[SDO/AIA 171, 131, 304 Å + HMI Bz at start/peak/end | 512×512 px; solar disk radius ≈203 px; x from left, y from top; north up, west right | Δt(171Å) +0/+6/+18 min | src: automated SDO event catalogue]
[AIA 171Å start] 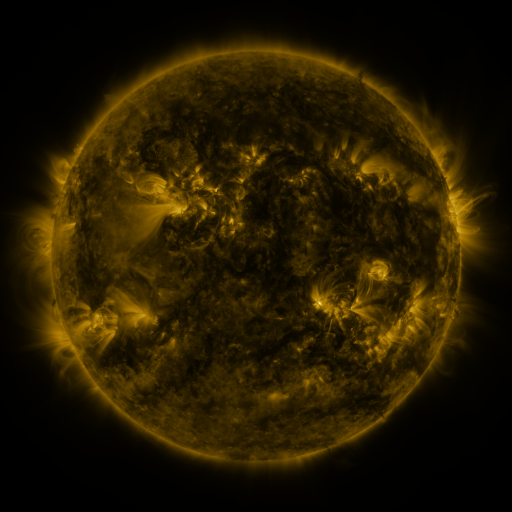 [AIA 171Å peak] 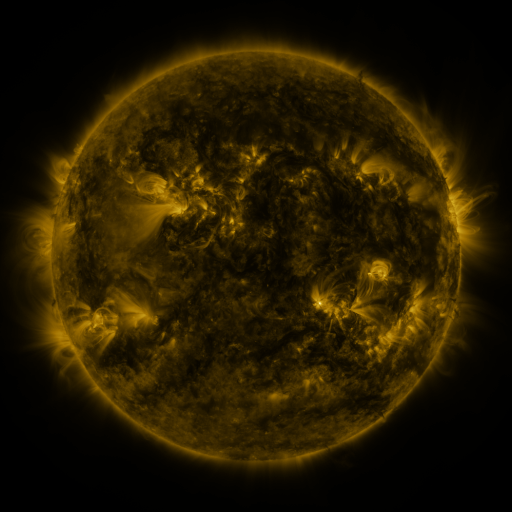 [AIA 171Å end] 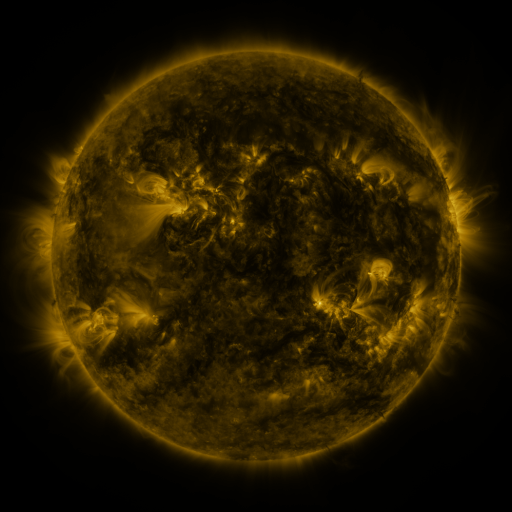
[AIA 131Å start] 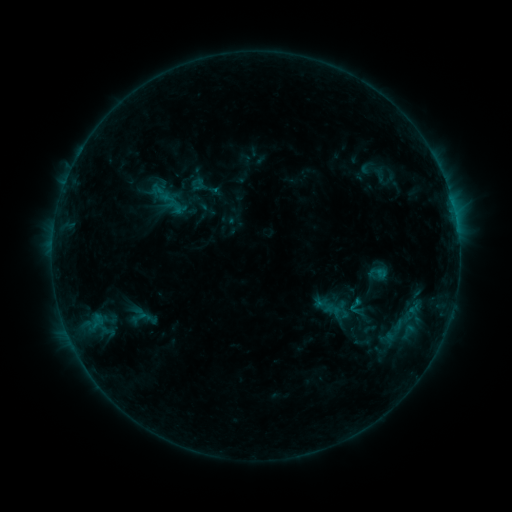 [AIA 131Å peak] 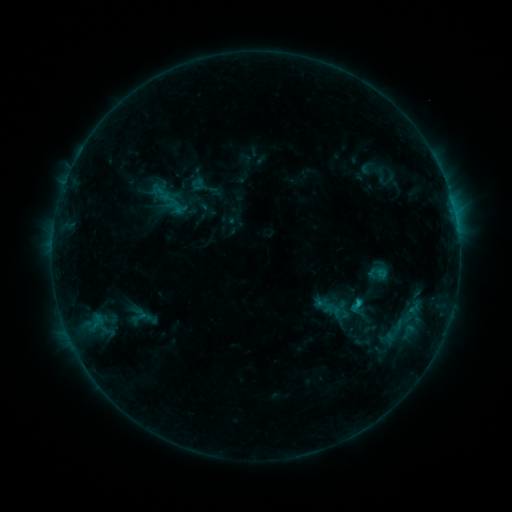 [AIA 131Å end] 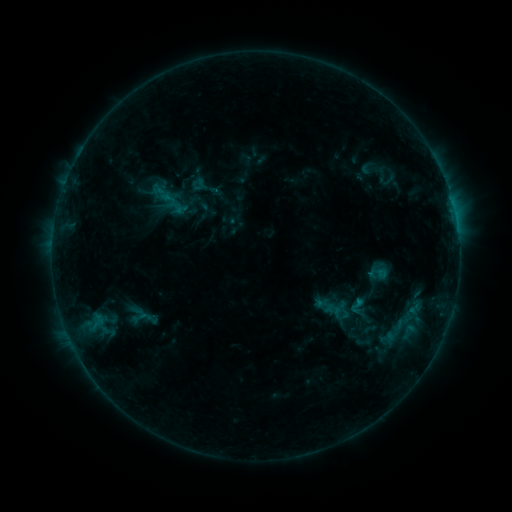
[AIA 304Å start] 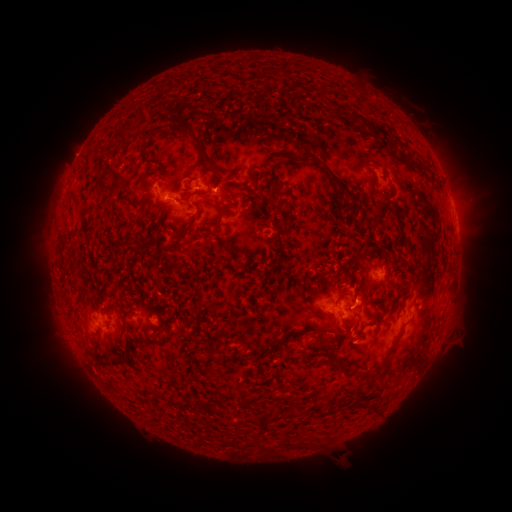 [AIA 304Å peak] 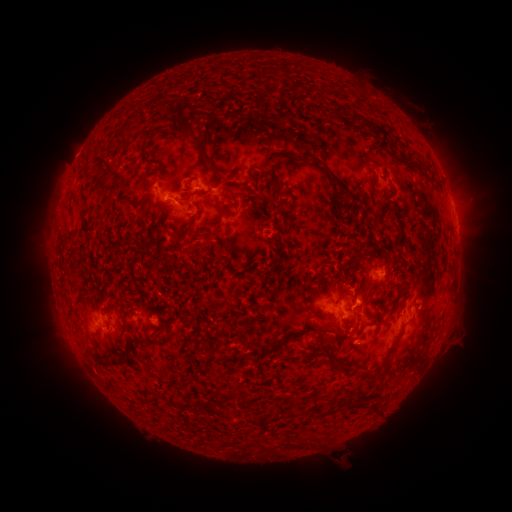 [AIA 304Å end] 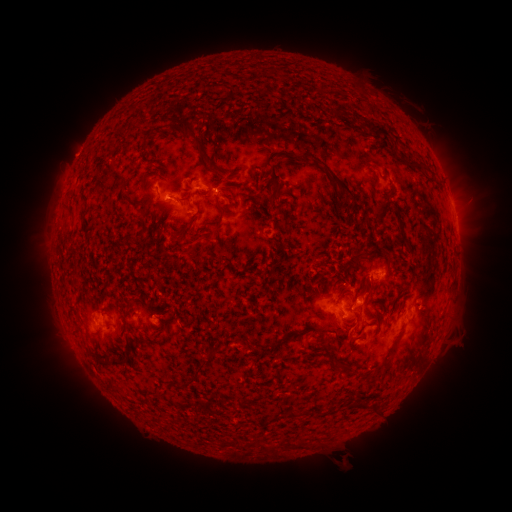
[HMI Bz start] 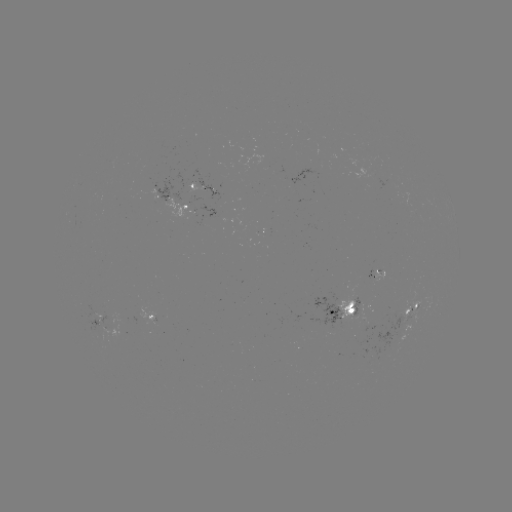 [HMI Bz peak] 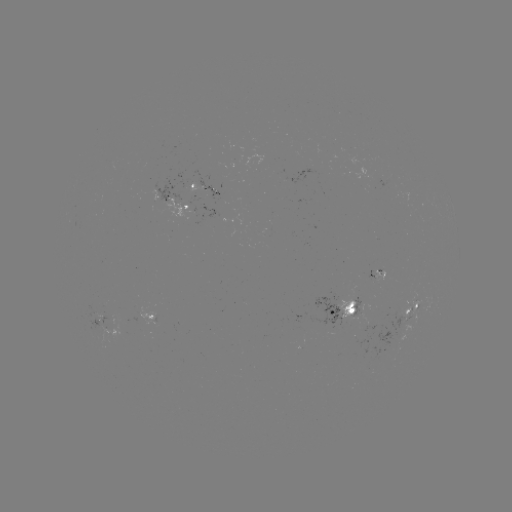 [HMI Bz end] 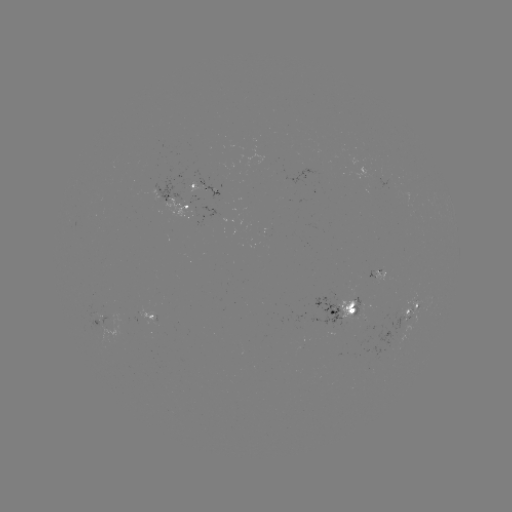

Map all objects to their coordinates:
B9.0 flare: (356, 301)
